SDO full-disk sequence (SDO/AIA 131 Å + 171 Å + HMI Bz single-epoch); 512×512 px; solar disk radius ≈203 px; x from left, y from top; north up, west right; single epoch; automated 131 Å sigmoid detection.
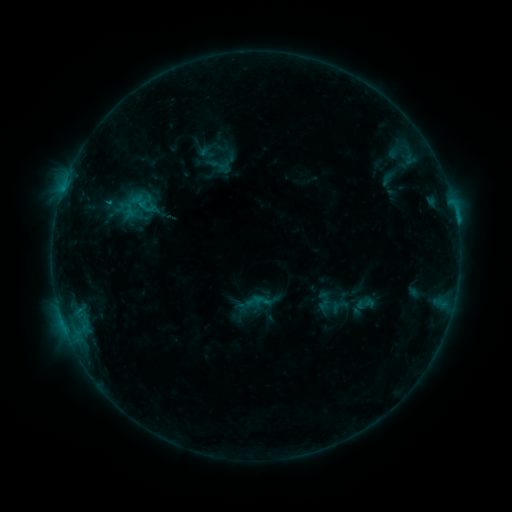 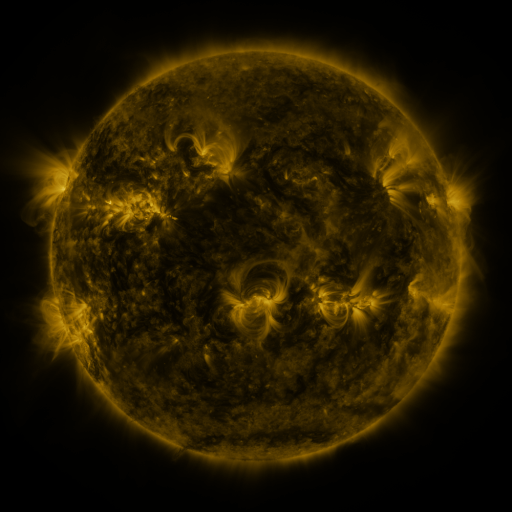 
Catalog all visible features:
sigmoid: (373, 168, 401, 189)
sigmoid: (253, 291, 272, 310)
sigmoid: (354, 292, 375, 314)
